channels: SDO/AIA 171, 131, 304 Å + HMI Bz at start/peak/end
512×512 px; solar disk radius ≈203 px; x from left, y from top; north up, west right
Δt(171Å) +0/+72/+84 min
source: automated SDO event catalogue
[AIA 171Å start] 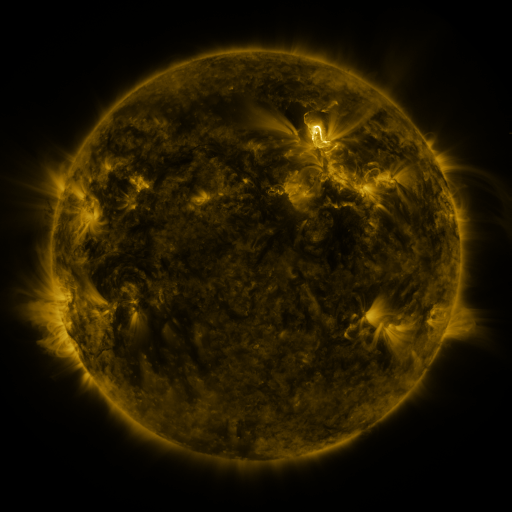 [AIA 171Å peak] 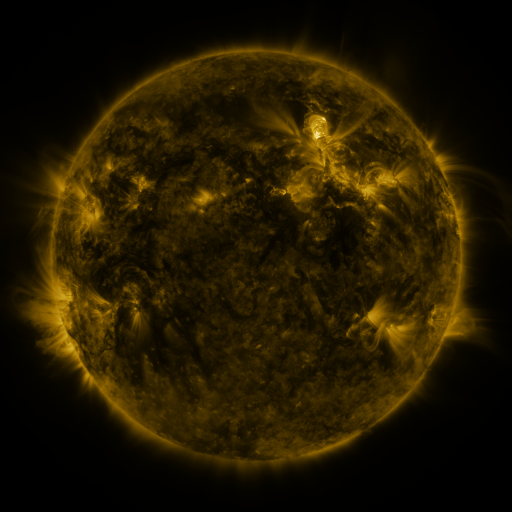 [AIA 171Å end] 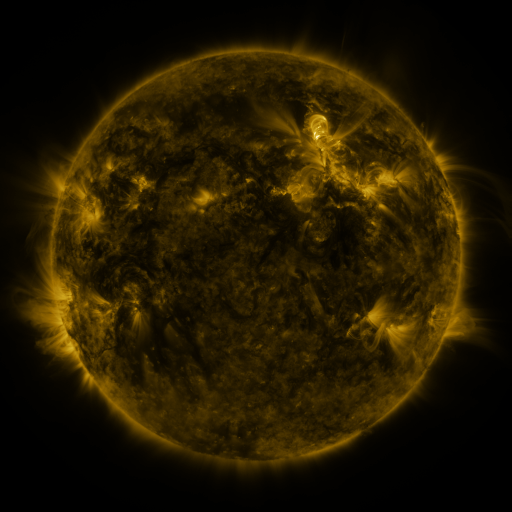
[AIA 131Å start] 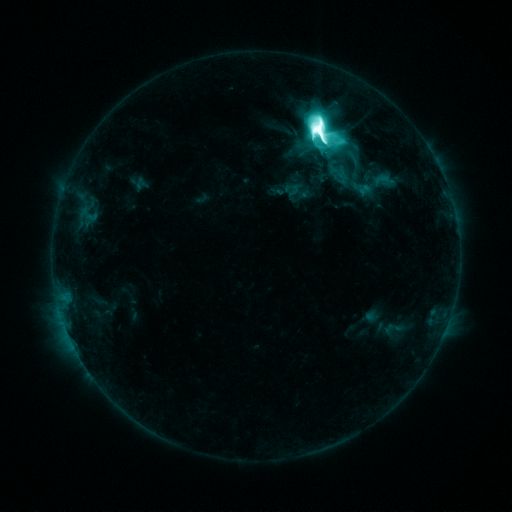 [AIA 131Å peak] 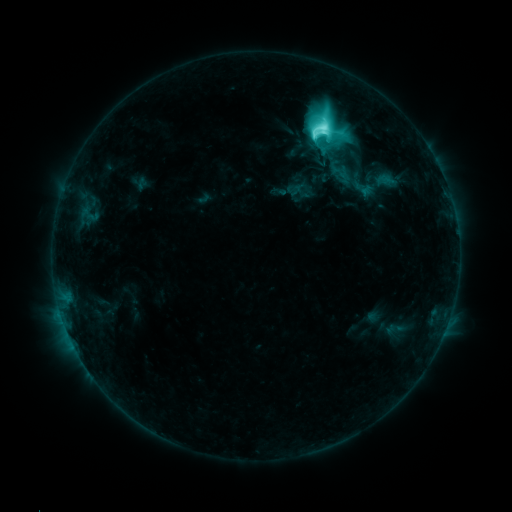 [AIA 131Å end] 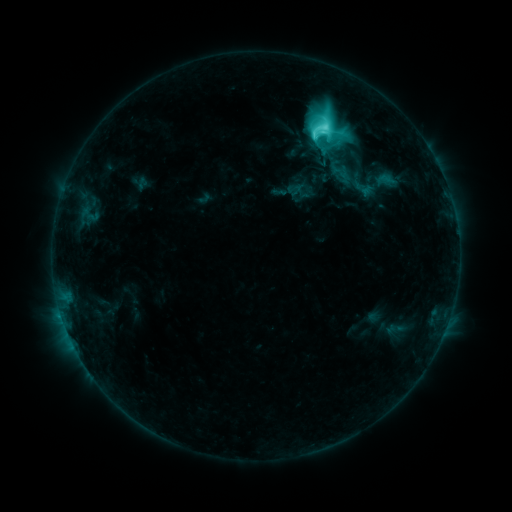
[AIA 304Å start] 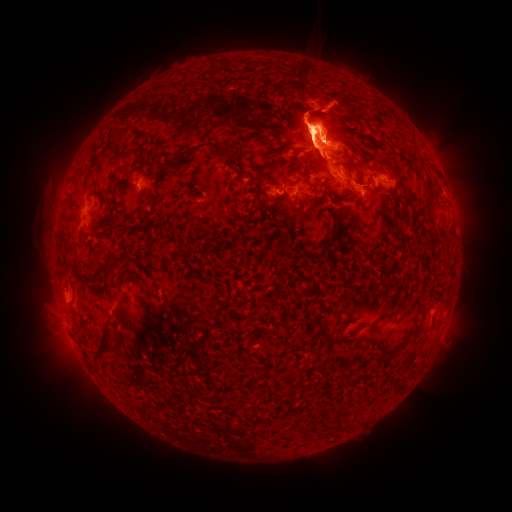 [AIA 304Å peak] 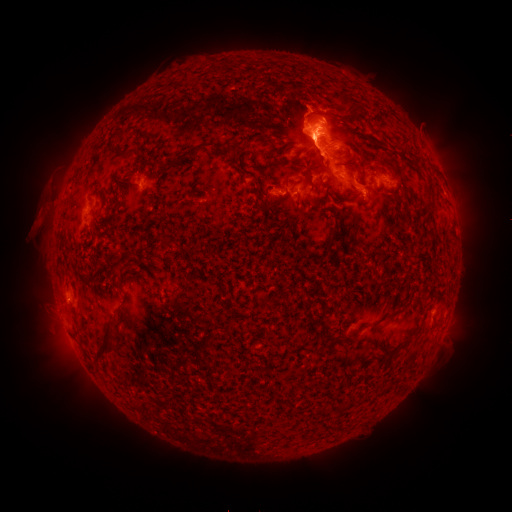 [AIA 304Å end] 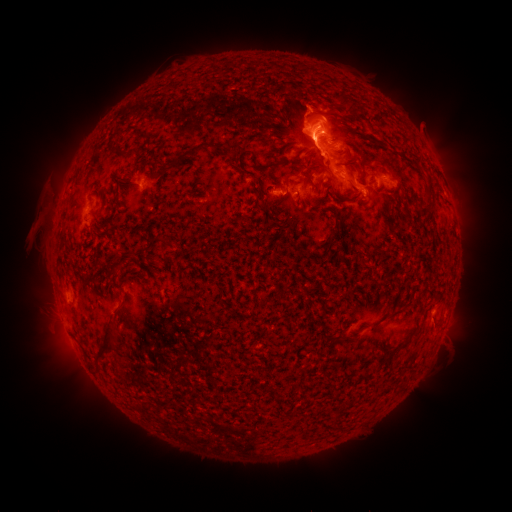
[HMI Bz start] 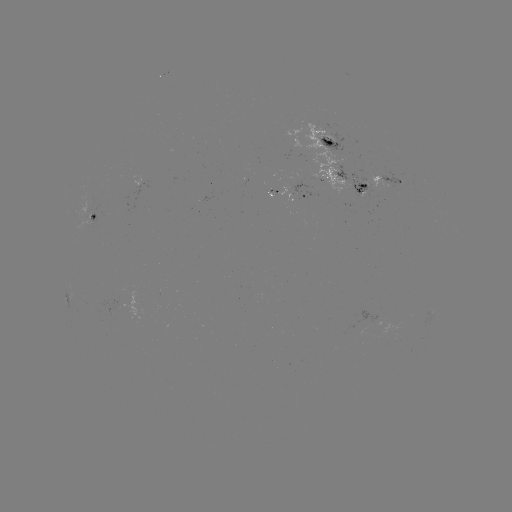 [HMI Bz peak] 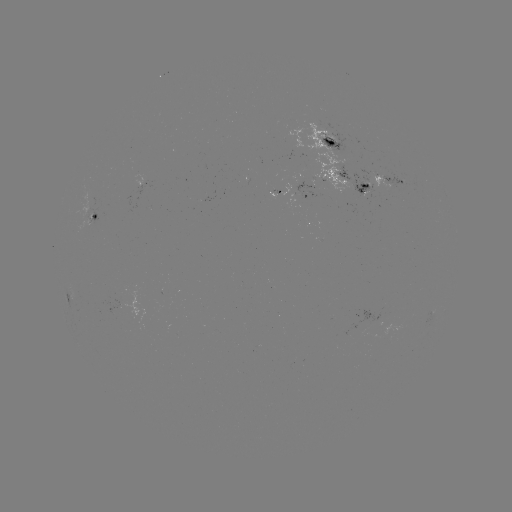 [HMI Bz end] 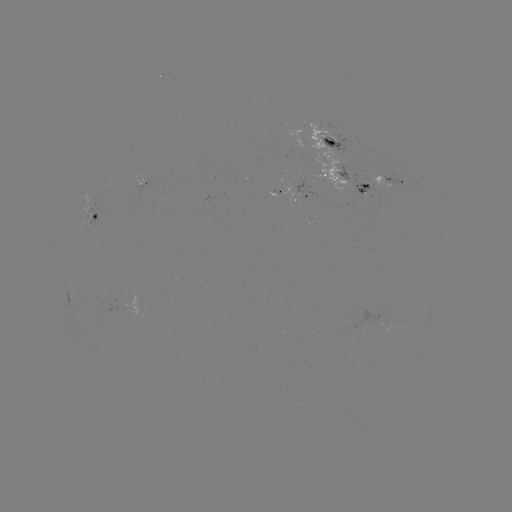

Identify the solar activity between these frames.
emerging-flux region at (363, 184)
